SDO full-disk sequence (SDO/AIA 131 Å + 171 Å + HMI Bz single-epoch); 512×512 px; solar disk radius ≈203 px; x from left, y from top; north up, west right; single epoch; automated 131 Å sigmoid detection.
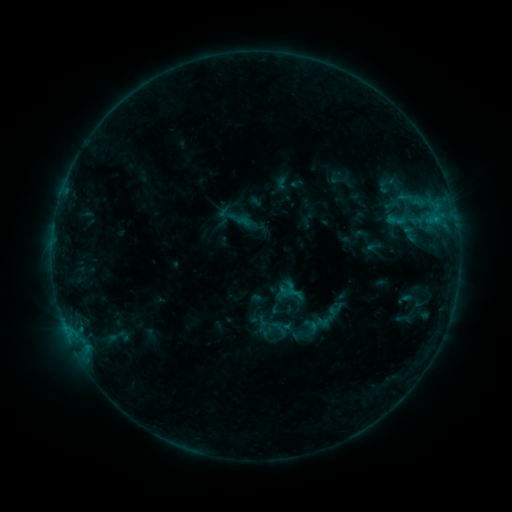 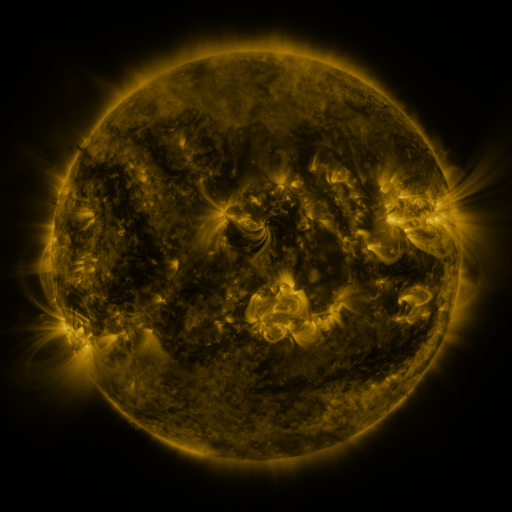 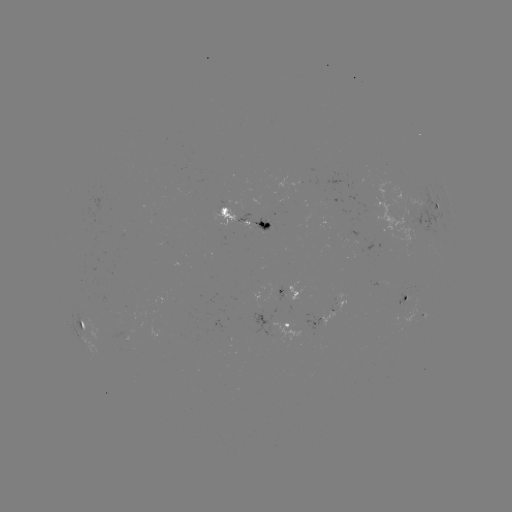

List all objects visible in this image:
sigmoid: (396, 220)
